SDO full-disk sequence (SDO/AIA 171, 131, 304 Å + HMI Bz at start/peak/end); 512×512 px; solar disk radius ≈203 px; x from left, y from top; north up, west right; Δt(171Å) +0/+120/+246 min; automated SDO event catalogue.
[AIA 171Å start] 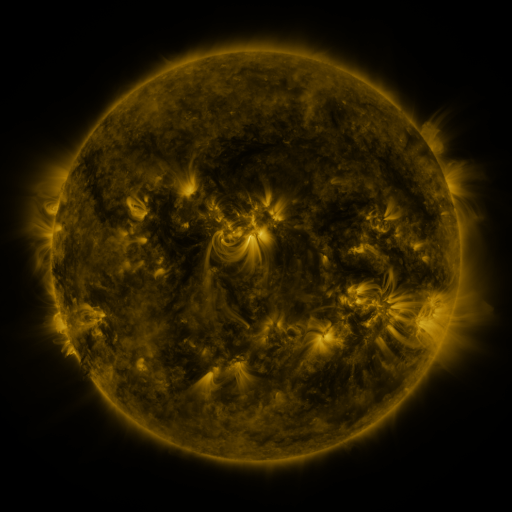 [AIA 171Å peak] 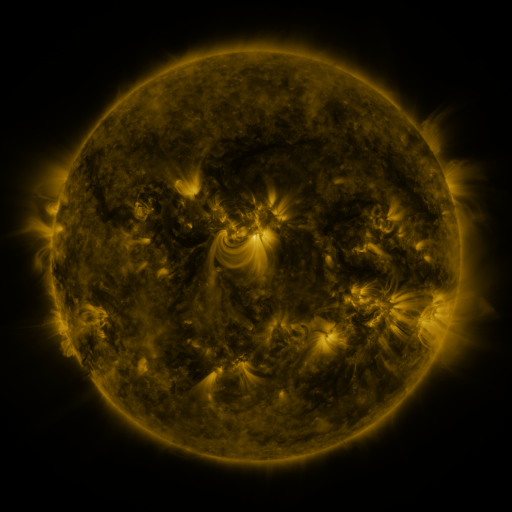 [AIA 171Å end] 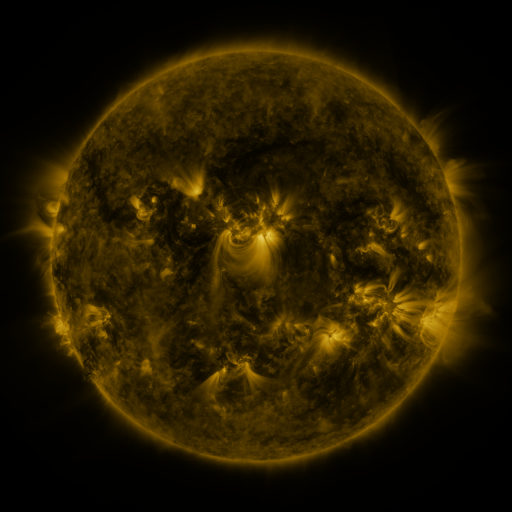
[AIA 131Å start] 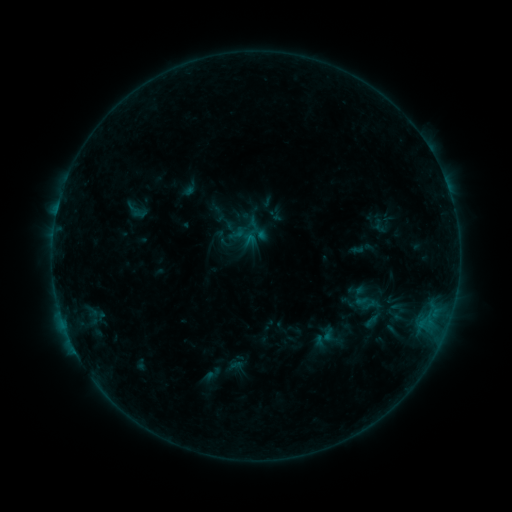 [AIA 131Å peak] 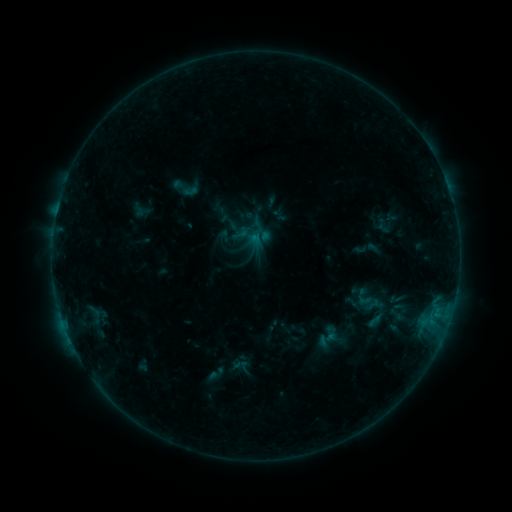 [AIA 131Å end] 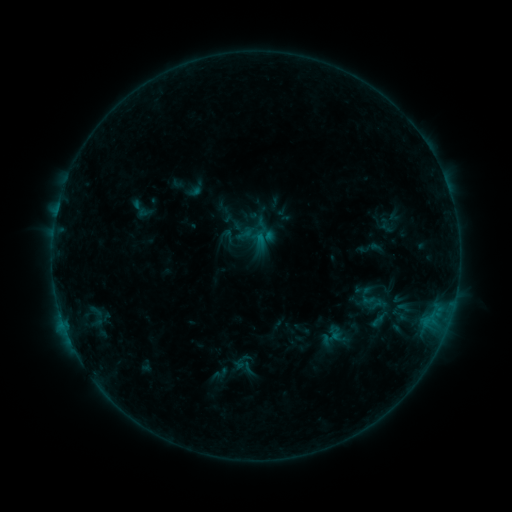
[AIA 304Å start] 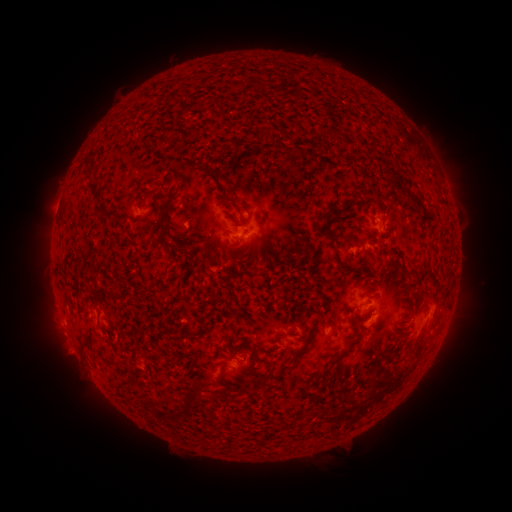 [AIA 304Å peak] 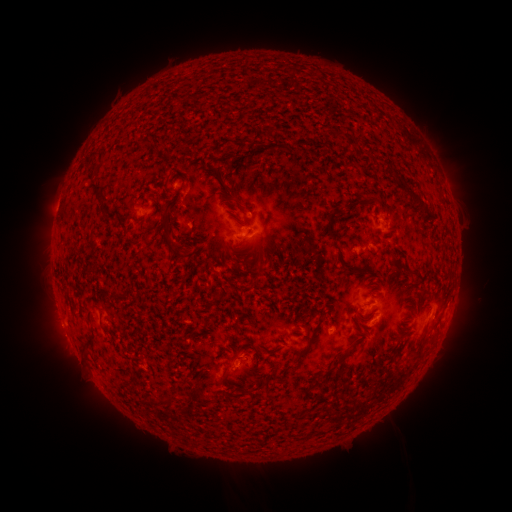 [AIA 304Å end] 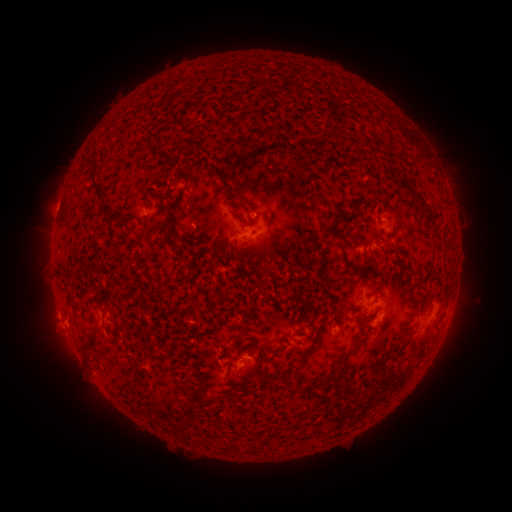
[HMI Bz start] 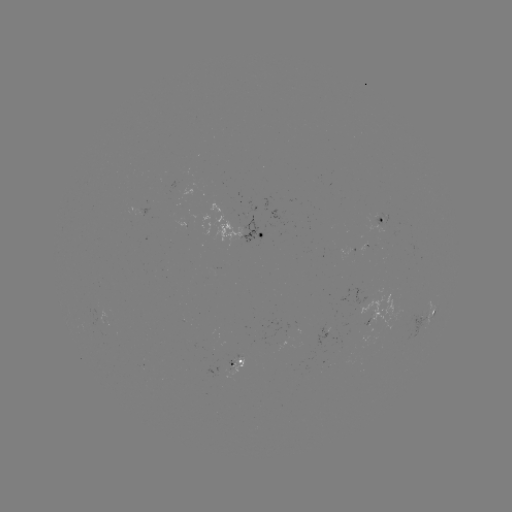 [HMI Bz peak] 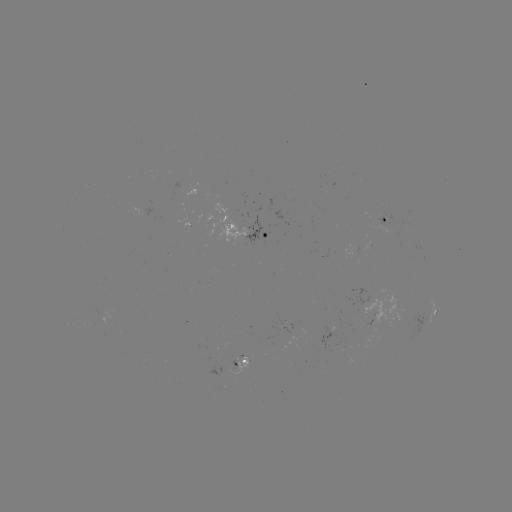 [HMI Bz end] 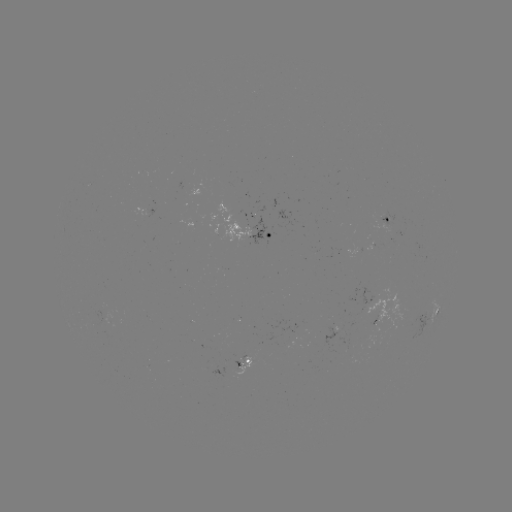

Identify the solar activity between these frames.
filament eruption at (117, 173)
